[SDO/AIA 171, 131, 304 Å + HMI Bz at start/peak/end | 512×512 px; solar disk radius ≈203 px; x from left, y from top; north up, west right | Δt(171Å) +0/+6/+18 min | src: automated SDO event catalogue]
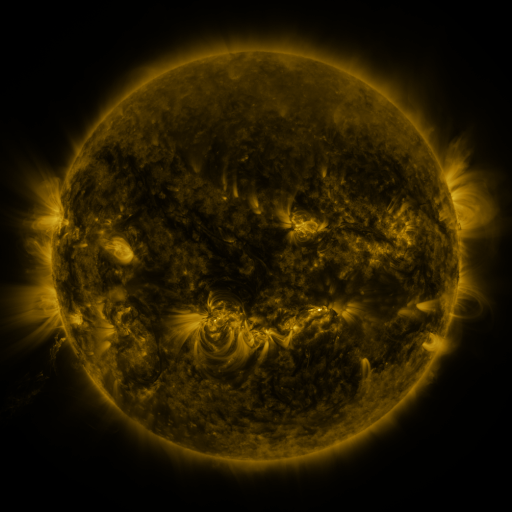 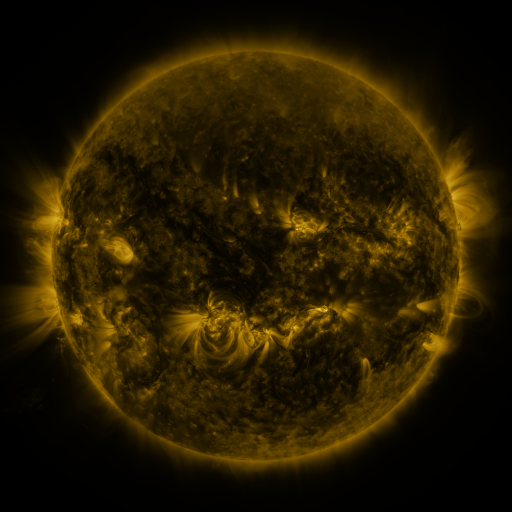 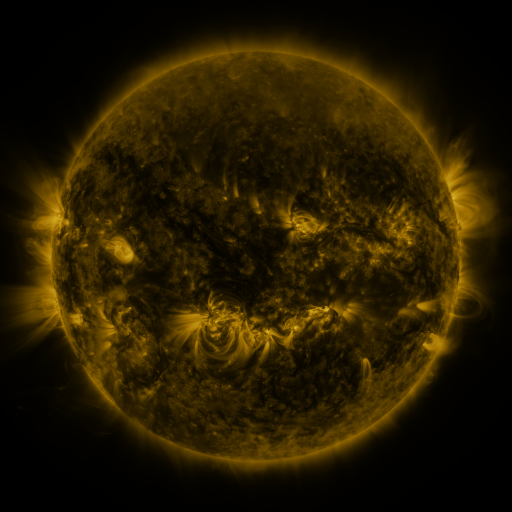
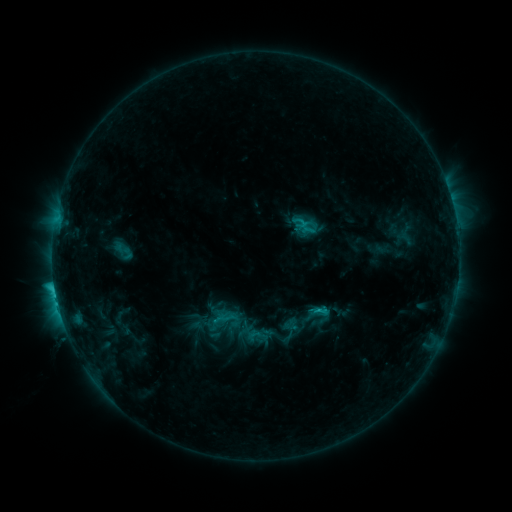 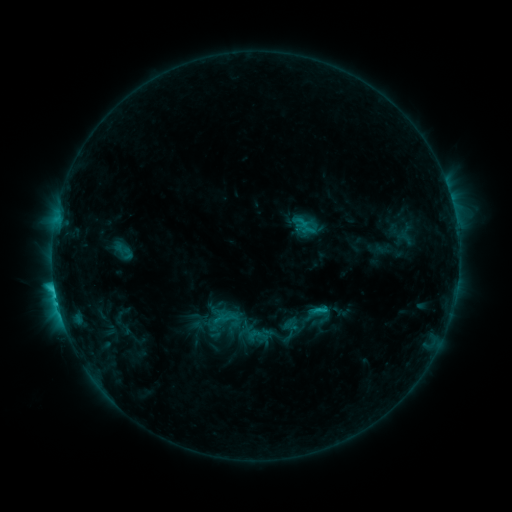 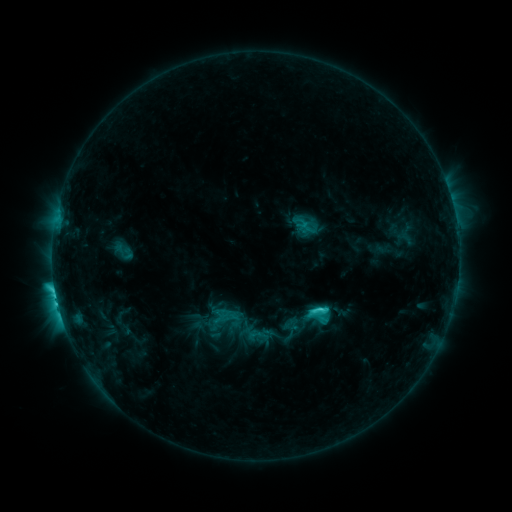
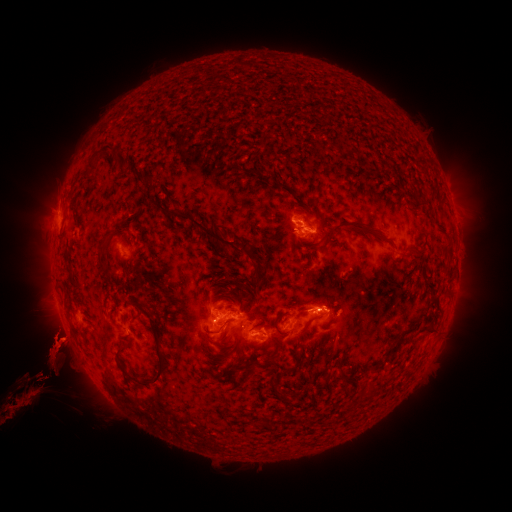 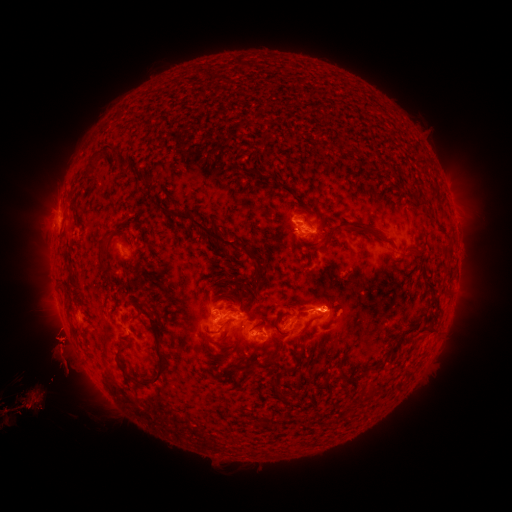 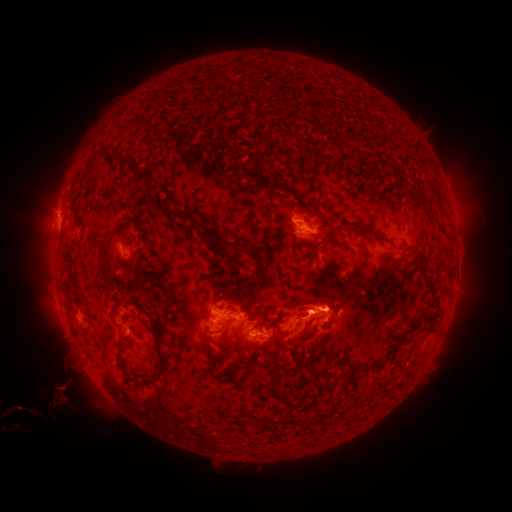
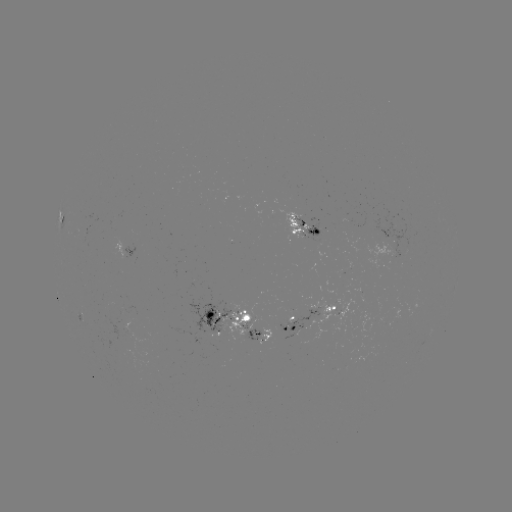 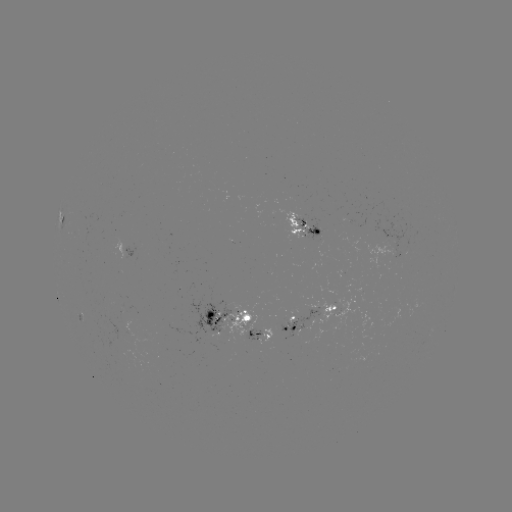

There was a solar eruption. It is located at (327, 306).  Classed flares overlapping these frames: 2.